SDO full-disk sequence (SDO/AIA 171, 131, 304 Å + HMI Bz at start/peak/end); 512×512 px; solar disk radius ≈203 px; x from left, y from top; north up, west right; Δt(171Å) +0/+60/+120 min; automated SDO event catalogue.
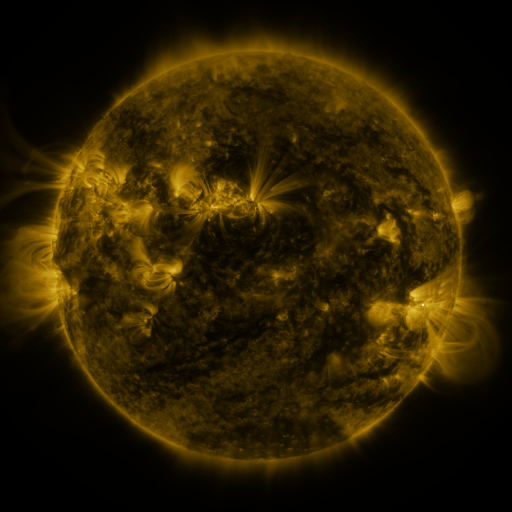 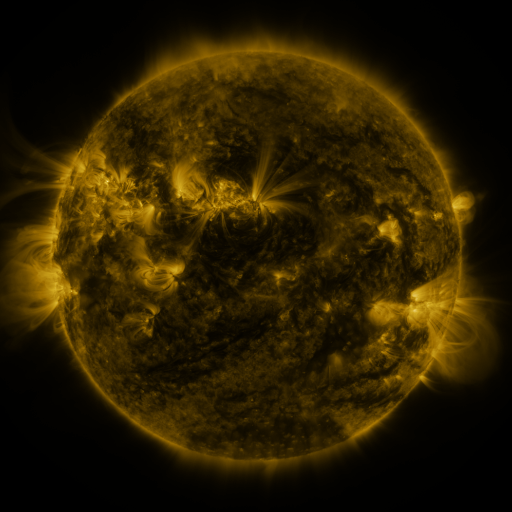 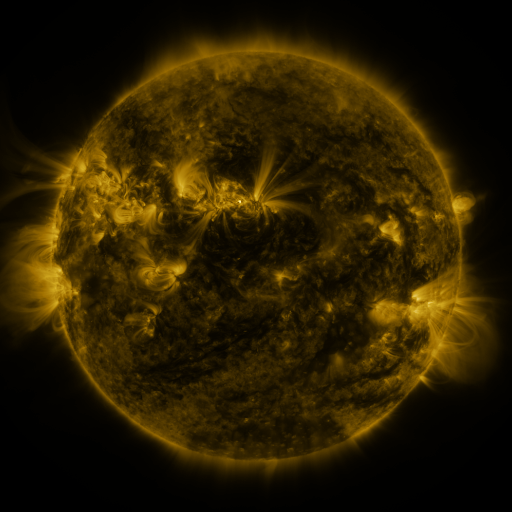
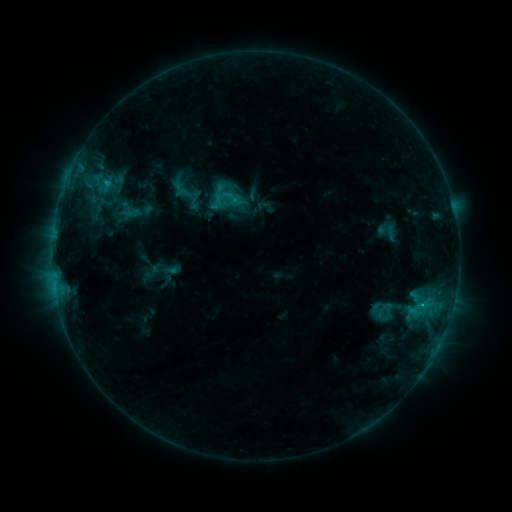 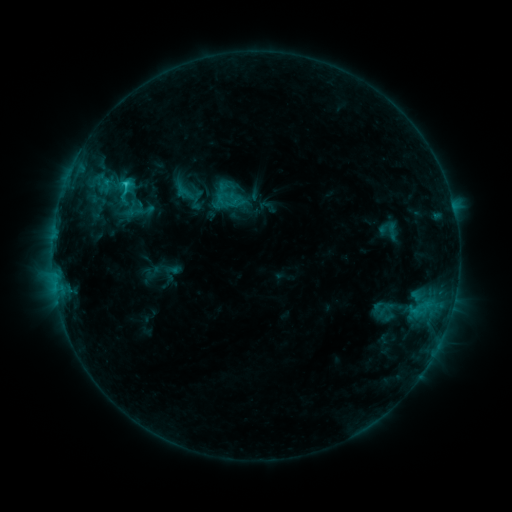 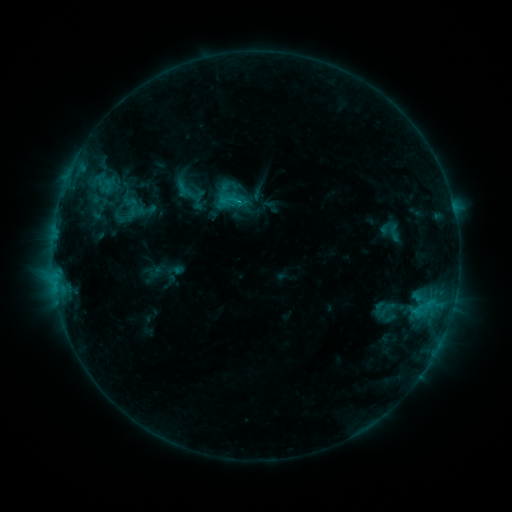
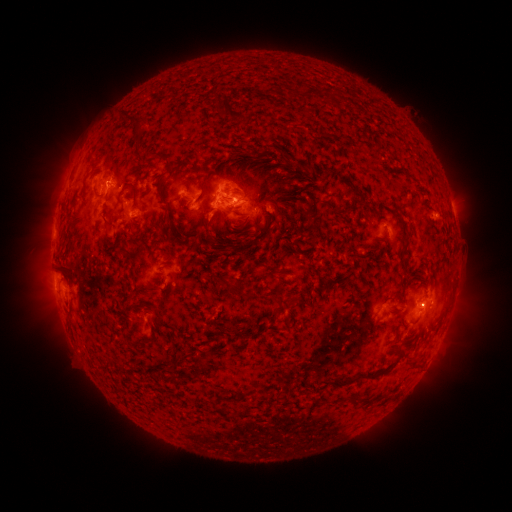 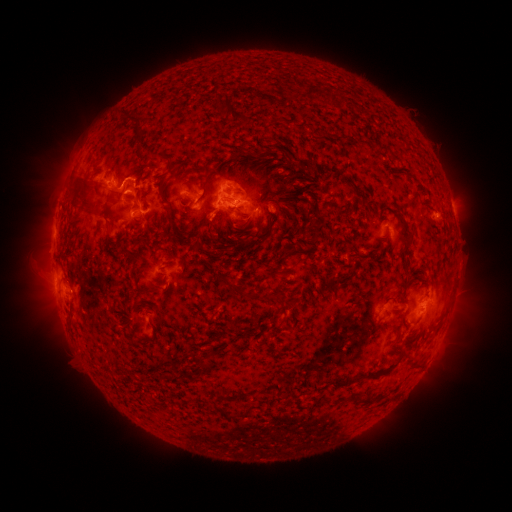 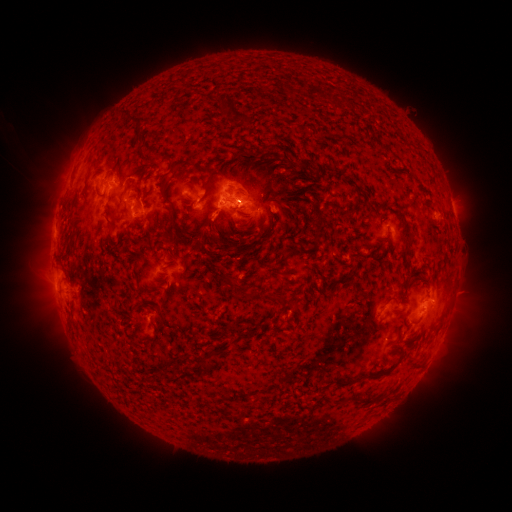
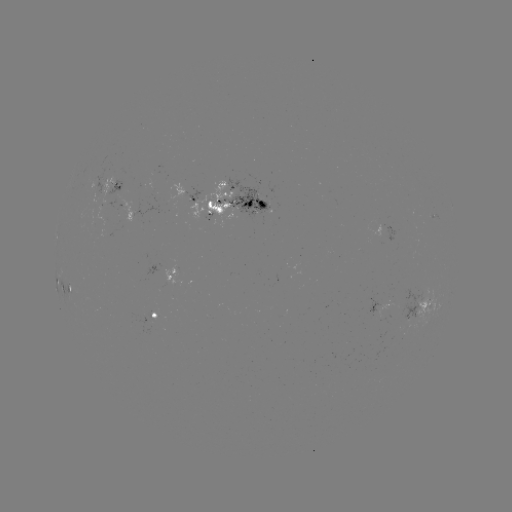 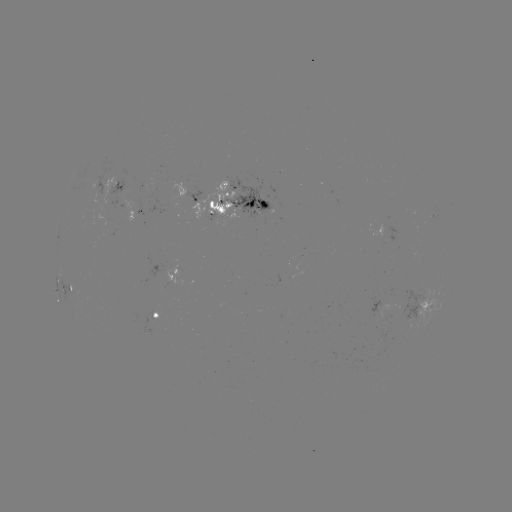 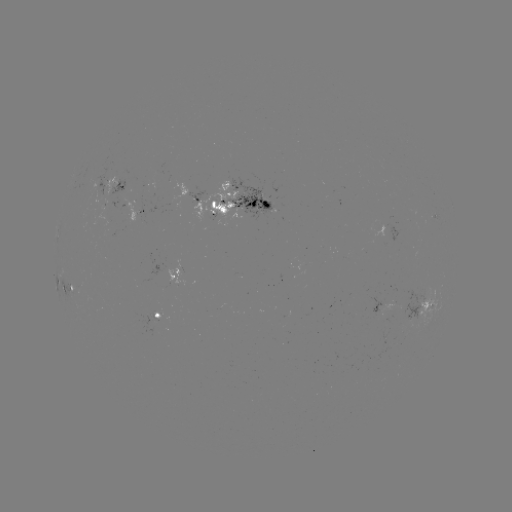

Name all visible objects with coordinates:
filament eruption: (85, 189)
